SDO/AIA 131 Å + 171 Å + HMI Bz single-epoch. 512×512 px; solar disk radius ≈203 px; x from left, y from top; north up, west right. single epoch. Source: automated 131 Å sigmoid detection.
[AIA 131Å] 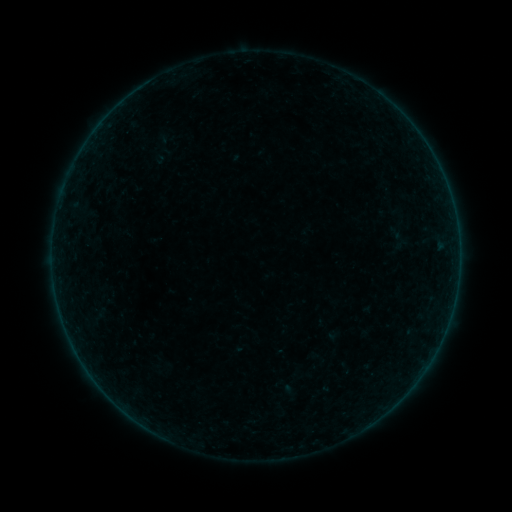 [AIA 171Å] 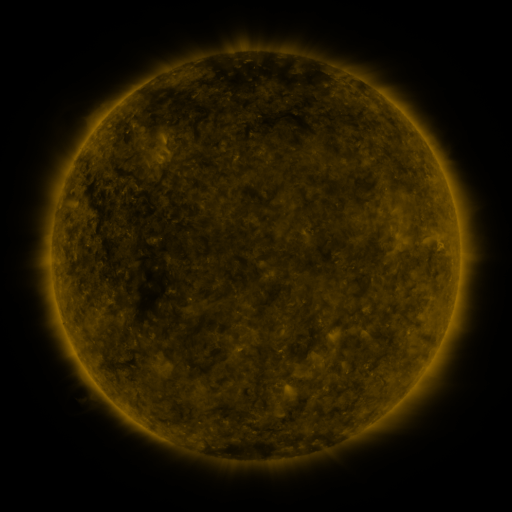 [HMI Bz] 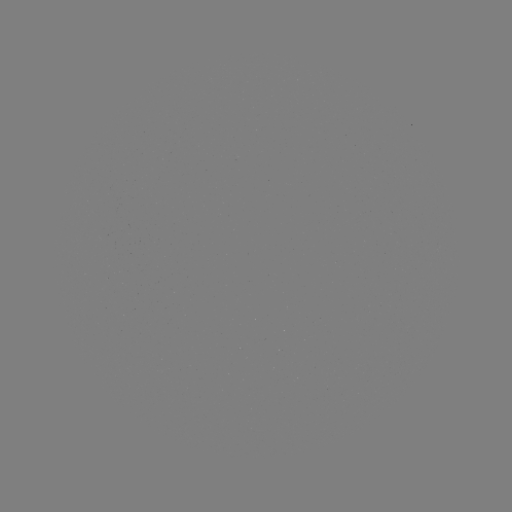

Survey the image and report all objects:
sigmoid: <bbox>151, 129, 177, 157</bbox>
